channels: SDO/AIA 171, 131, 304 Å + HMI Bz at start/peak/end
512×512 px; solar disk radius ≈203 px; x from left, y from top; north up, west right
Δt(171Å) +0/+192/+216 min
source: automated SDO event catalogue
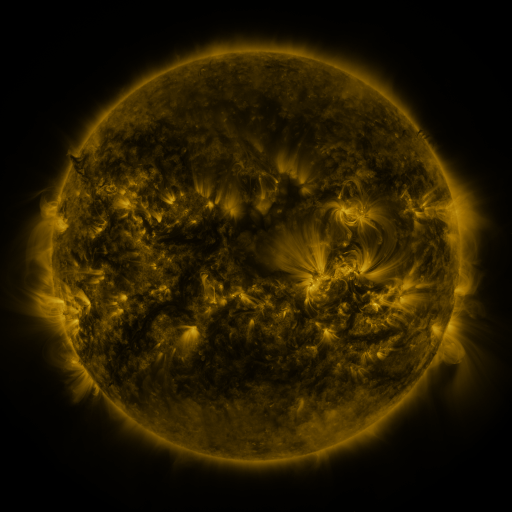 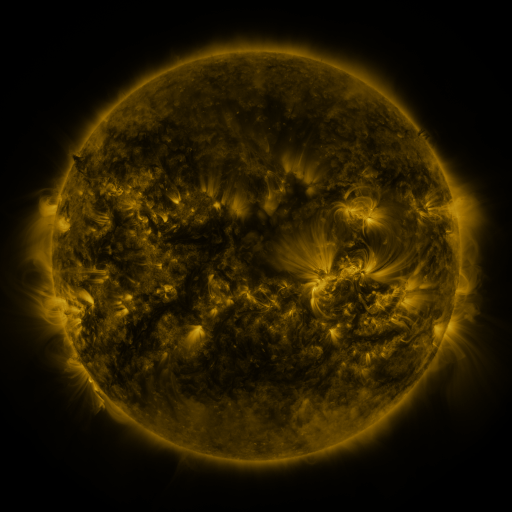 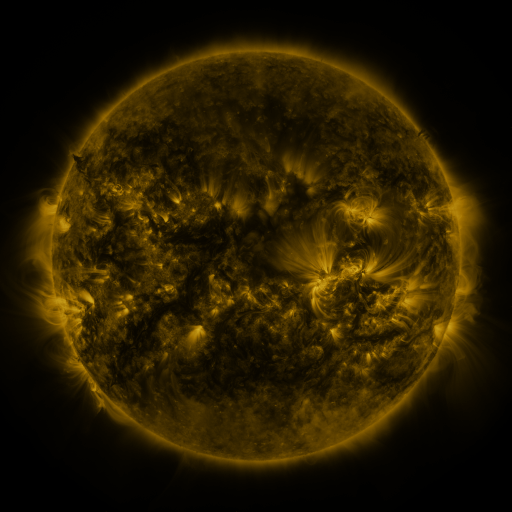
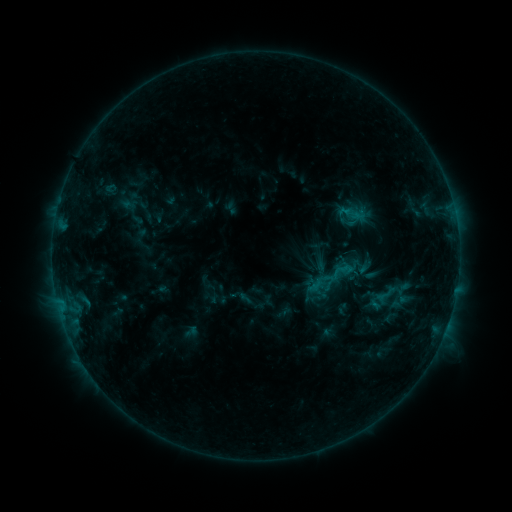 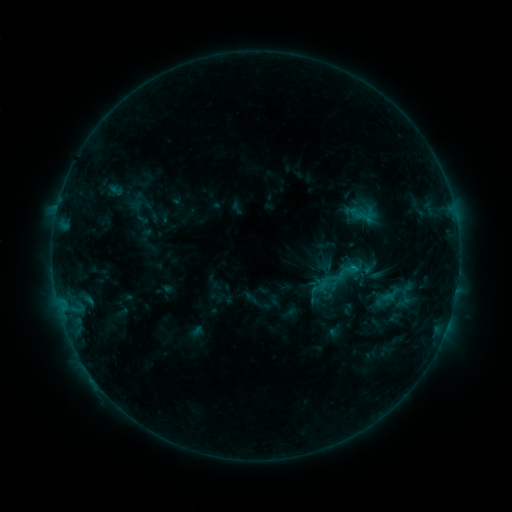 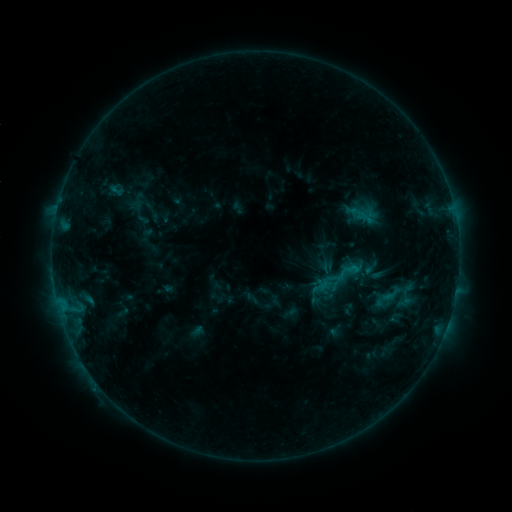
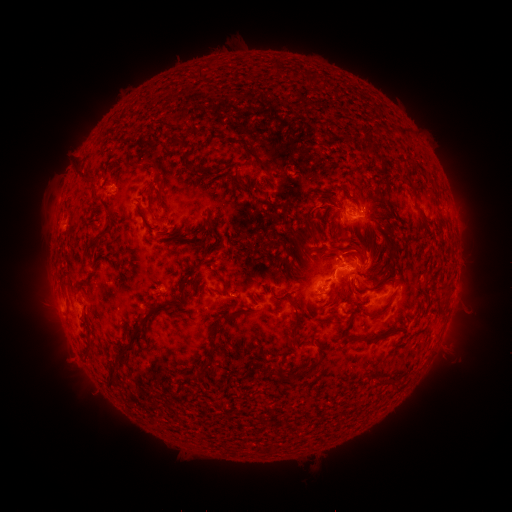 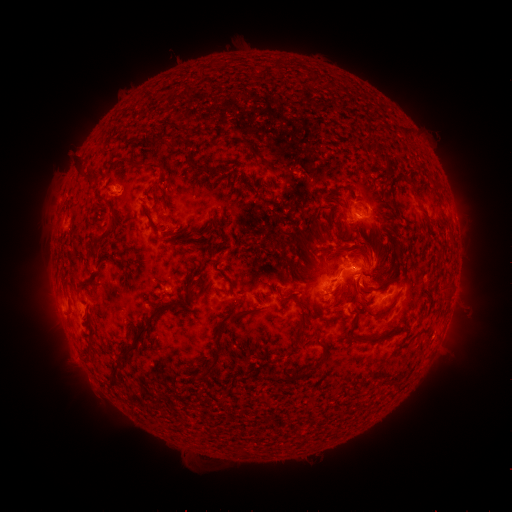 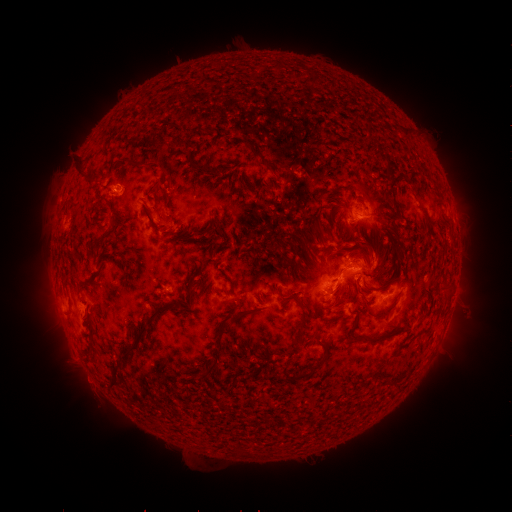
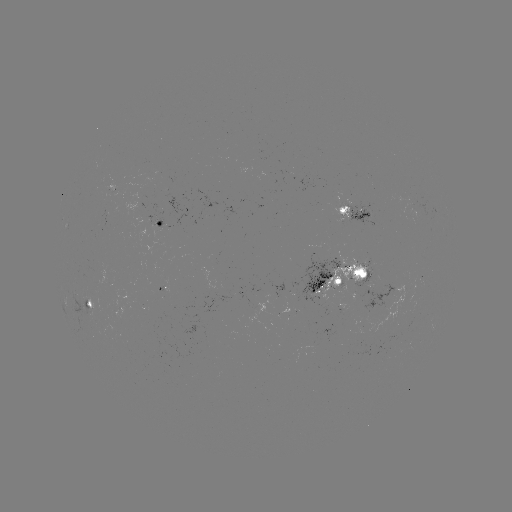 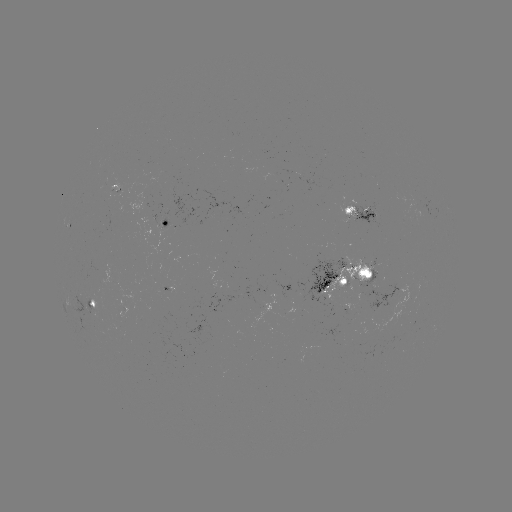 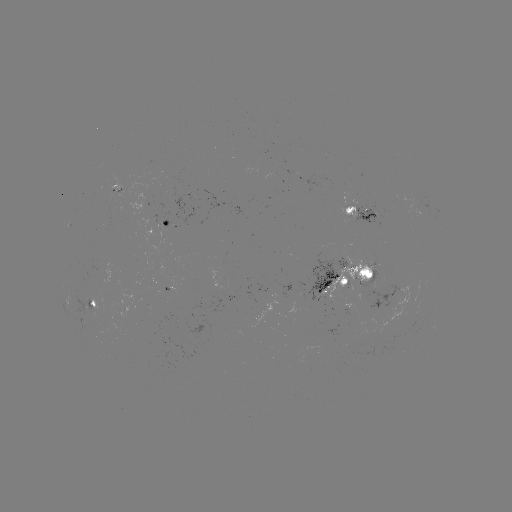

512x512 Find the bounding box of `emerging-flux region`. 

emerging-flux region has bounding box [112, 191, 123, 199].